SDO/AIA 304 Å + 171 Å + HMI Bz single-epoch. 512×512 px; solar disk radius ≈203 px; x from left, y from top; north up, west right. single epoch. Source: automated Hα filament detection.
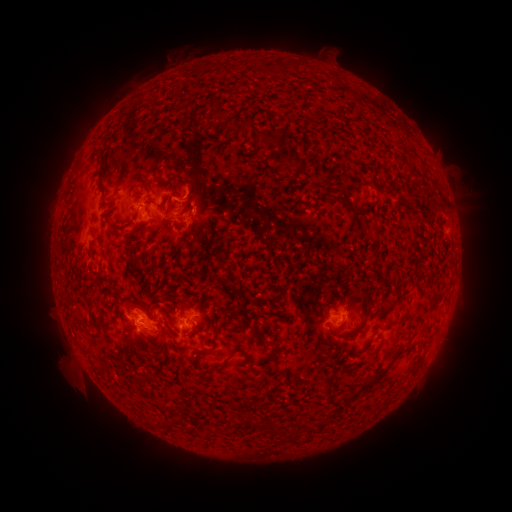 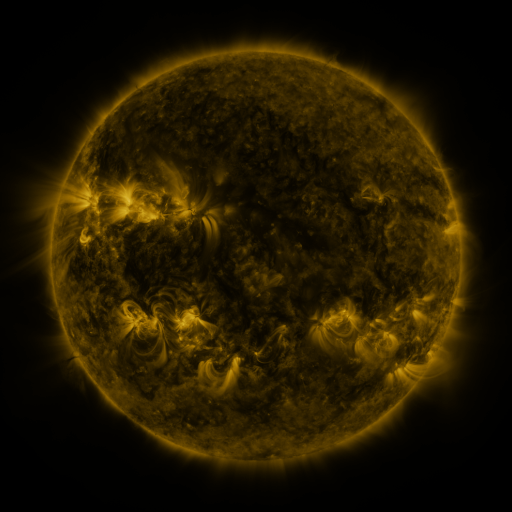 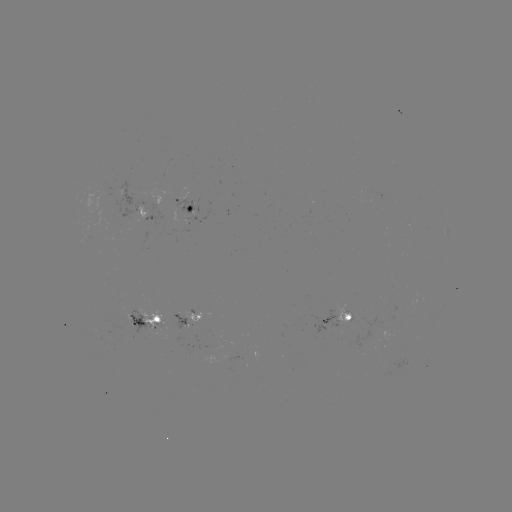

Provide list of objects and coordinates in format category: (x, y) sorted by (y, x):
filament: (280, 65)
filament: (261, 71)
filament: (215, 114)
filament: (244, 124)
filament: (268, 137)
filament: (341, 198)
filament: (167, 208)
filament: (117, 231)
filament: (377, 236)
filament: (132, 256)
filament: (437, 296)
filament: (349, 306)
filament: (178, 307)
filament: (149, 314)
filament: (363, 323)
filament: (97, 324)
filament: (247, 353)
filament: (278, 358)
filament: (222, 369)
filament: (366, 385)
filament: (330, 399)
filament: (247, 417)
filament: (172, 425)
filament: (274, 429)
